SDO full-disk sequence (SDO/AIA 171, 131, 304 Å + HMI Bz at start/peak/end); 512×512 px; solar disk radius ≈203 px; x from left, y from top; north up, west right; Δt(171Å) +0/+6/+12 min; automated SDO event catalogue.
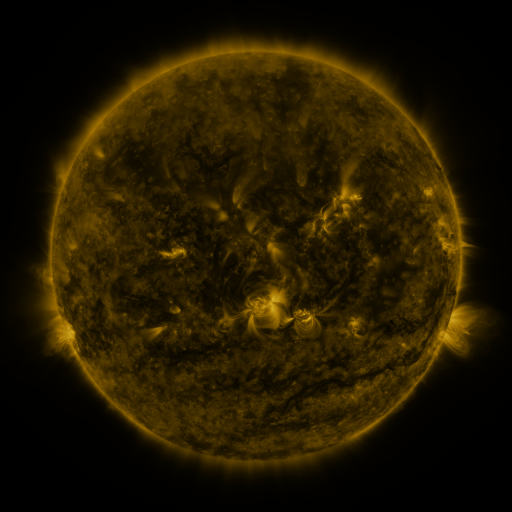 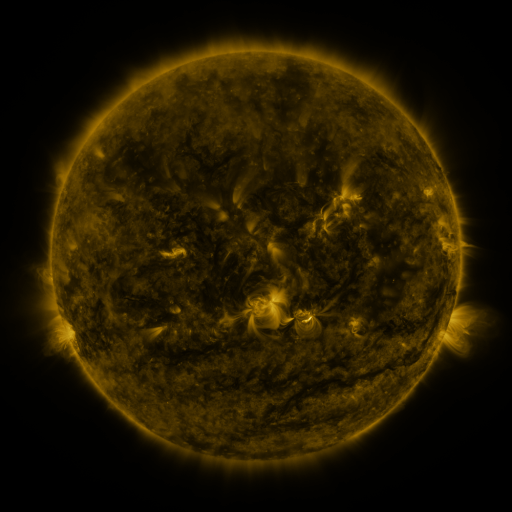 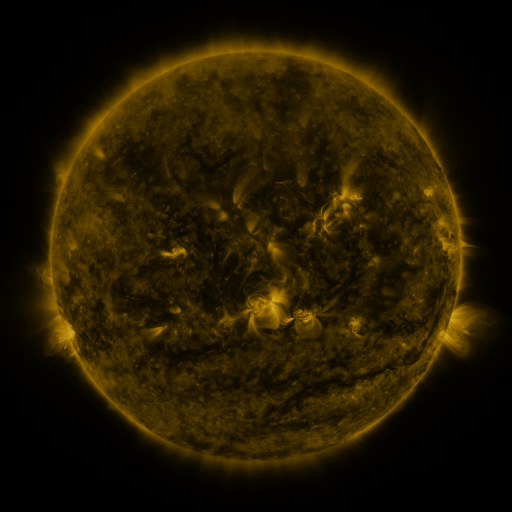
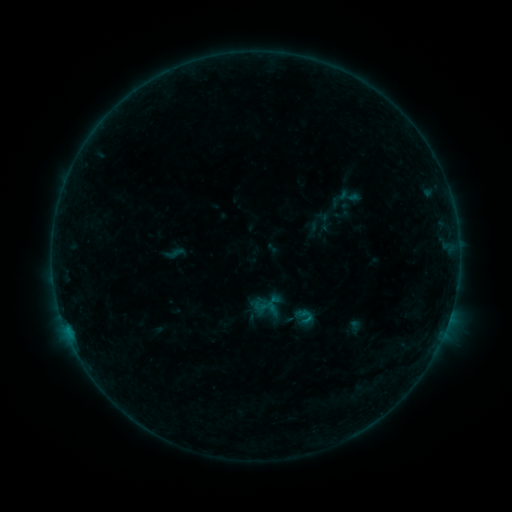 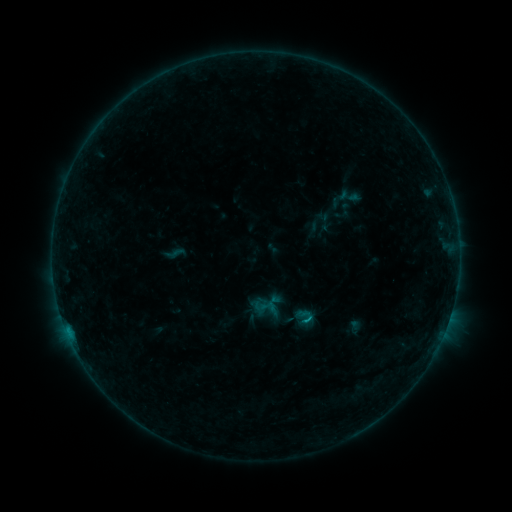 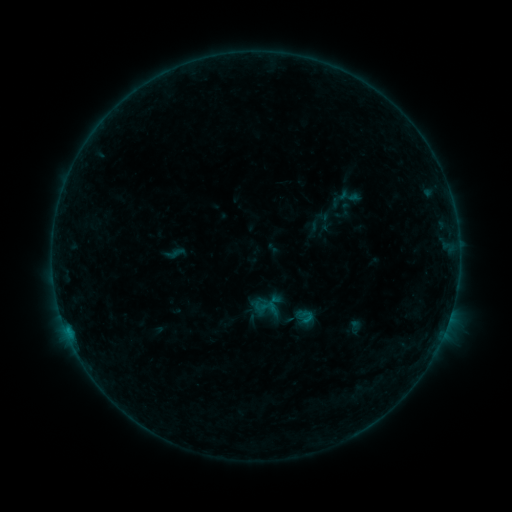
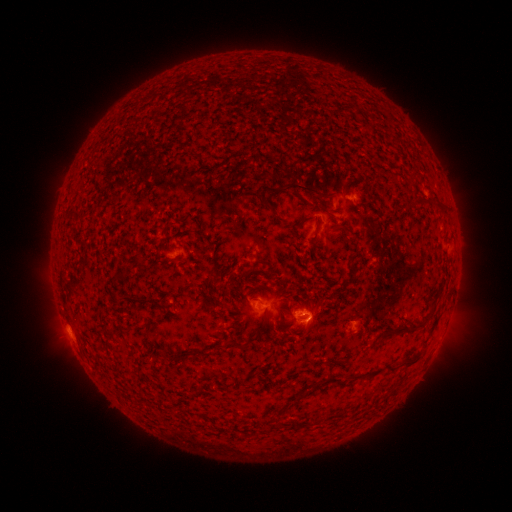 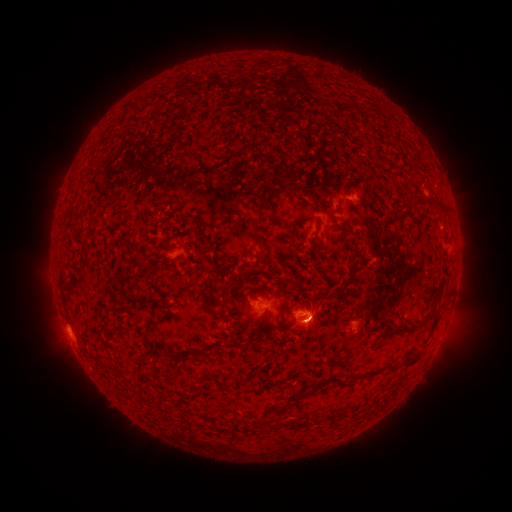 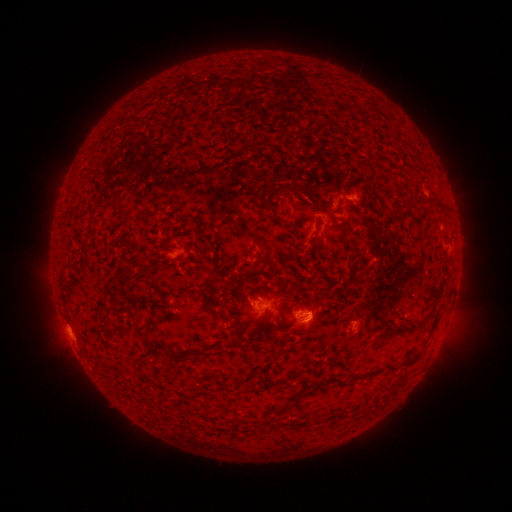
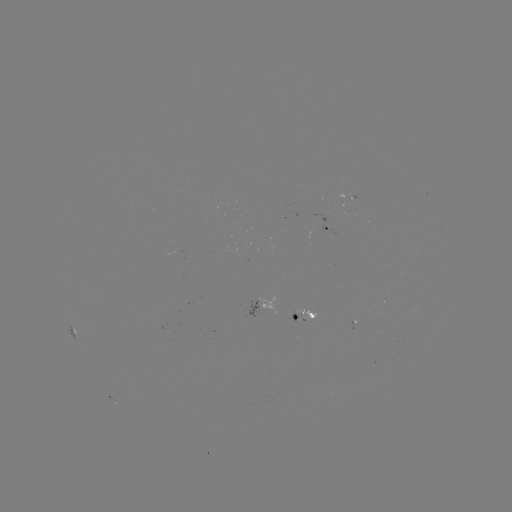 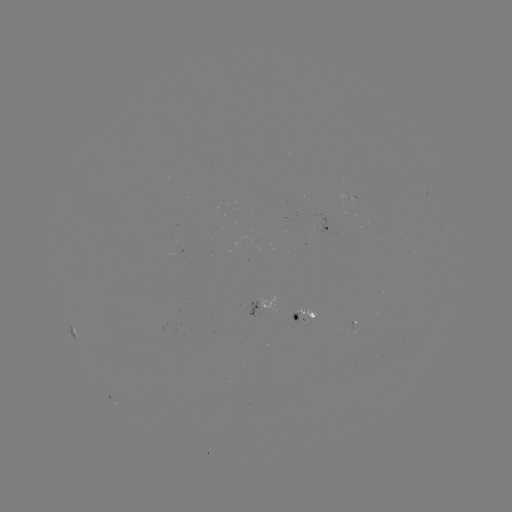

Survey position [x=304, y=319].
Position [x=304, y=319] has B3.6 flare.